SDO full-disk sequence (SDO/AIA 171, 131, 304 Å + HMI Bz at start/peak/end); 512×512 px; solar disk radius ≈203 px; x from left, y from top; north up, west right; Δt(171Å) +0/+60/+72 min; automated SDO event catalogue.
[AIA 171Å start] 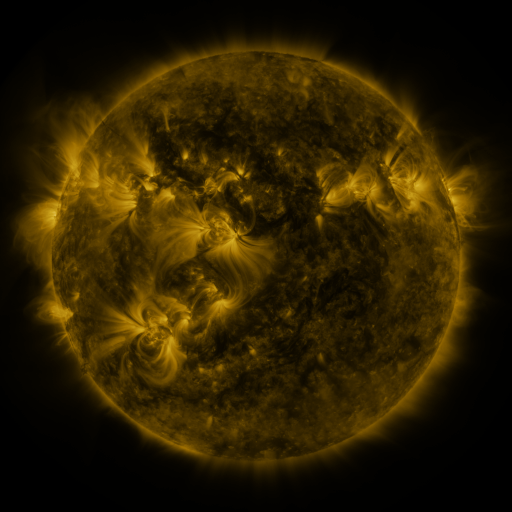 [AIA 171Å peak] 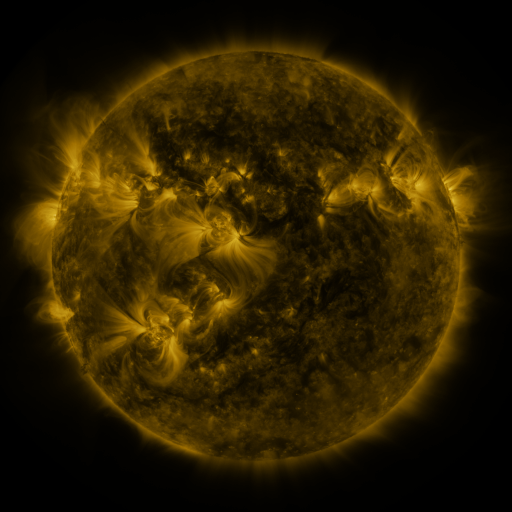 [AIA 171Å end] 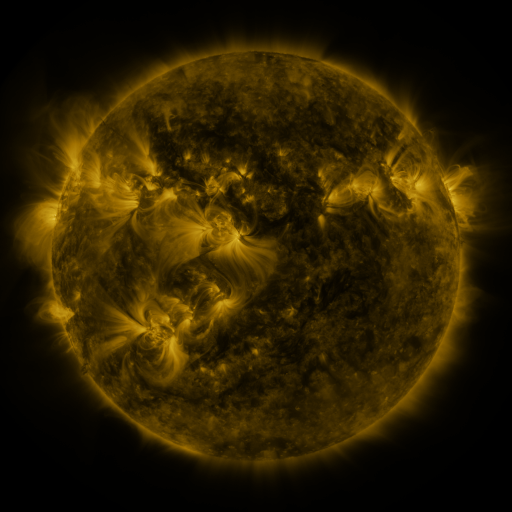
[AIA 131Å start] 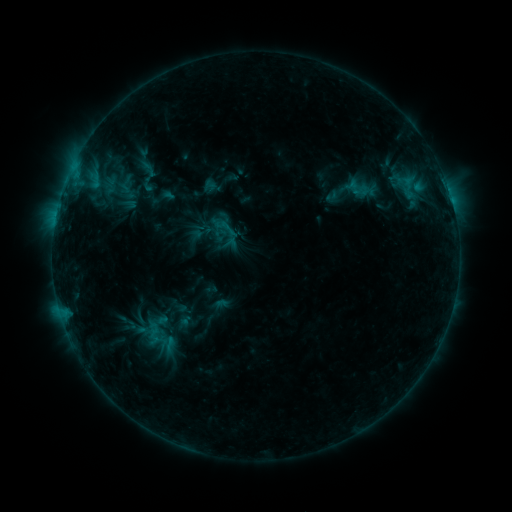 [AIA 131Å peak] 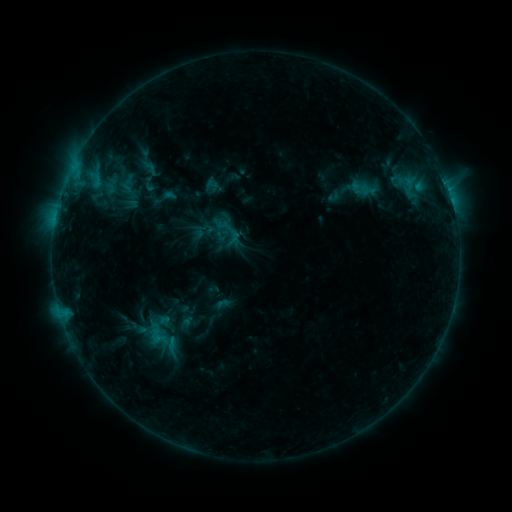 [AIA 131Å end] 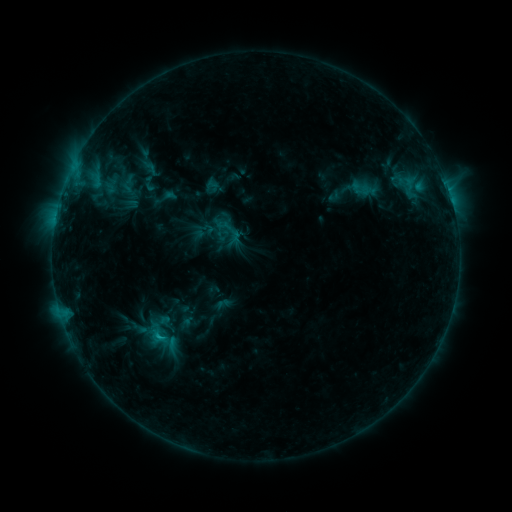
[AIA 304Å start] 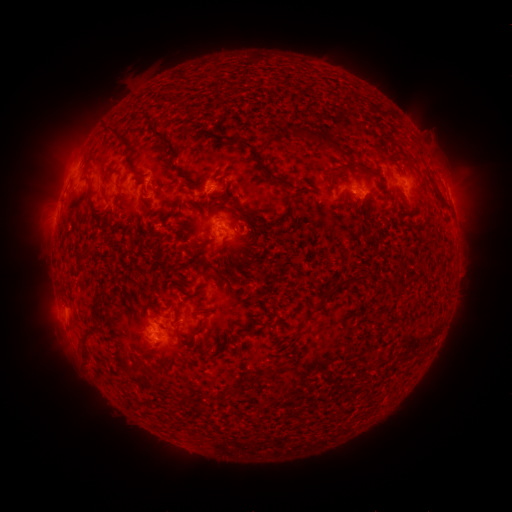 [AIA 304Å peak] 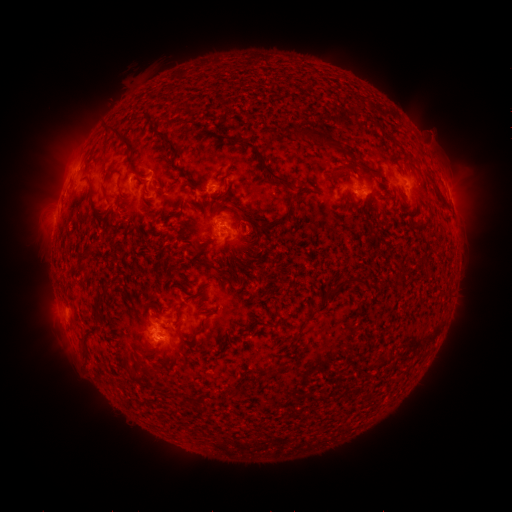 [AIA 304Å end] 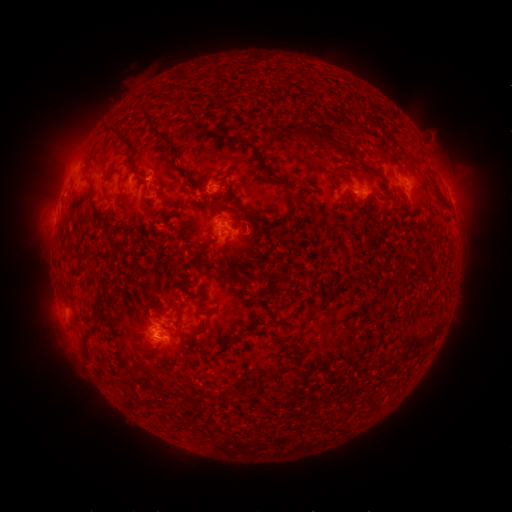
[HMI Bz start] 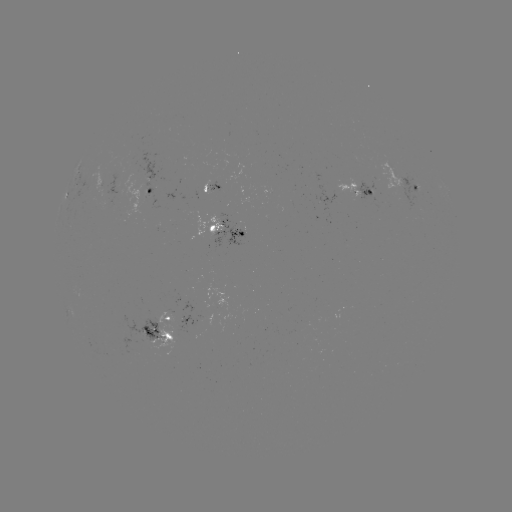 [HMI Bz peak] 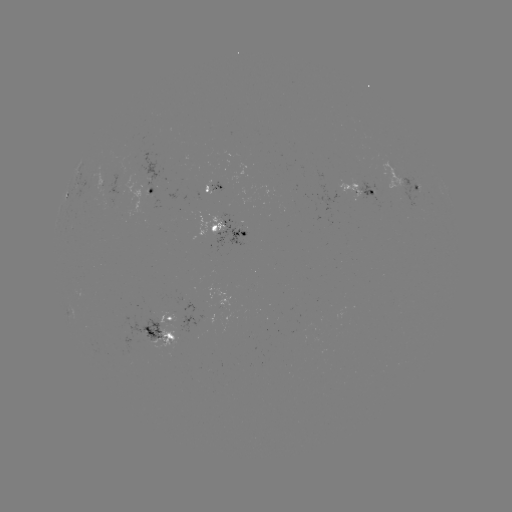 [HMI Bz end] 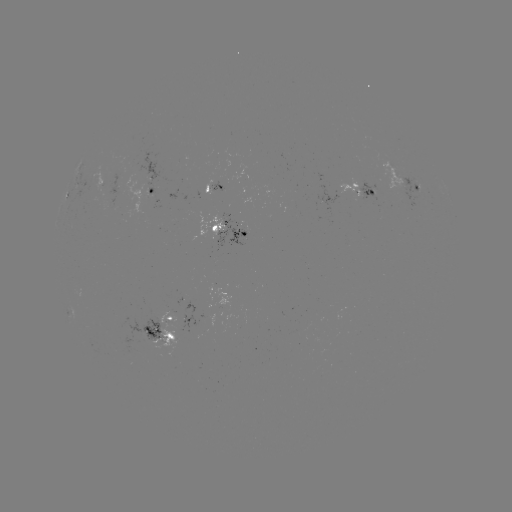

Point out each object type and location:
emerging-flux region: (101, 184)
